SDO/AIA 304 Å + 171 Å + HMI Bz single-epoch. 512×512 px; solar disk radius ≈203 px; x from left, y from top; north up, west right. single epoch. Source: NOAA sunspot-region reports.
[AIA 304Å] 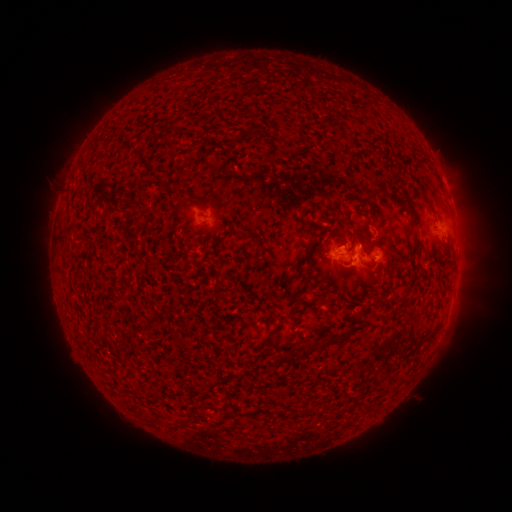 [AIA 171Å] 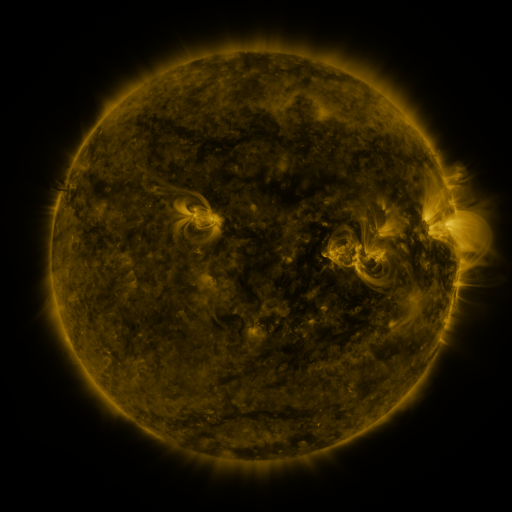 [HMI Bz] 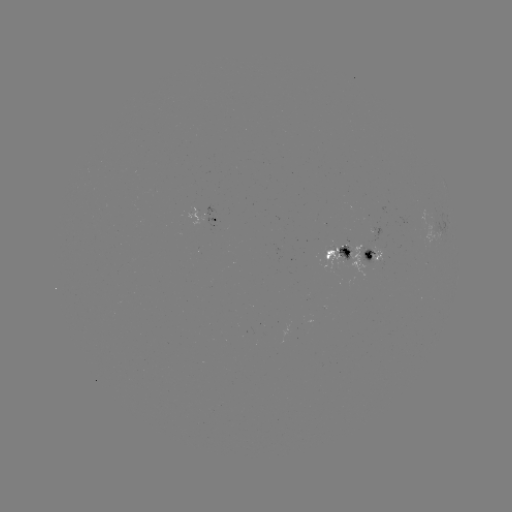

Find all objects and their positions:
spotted active region: (204, 219)
spotted active region: (372, 248)
spotted active region: (338, 253)
